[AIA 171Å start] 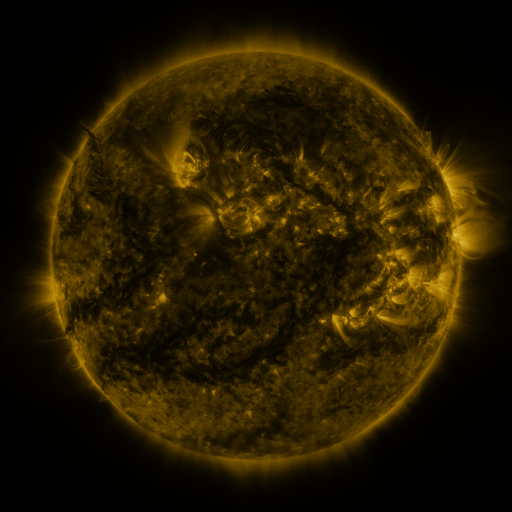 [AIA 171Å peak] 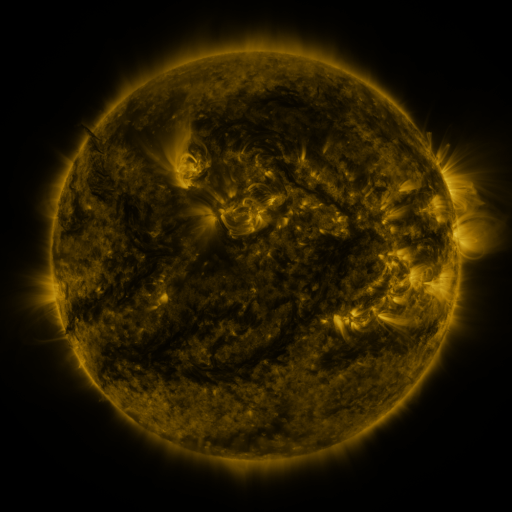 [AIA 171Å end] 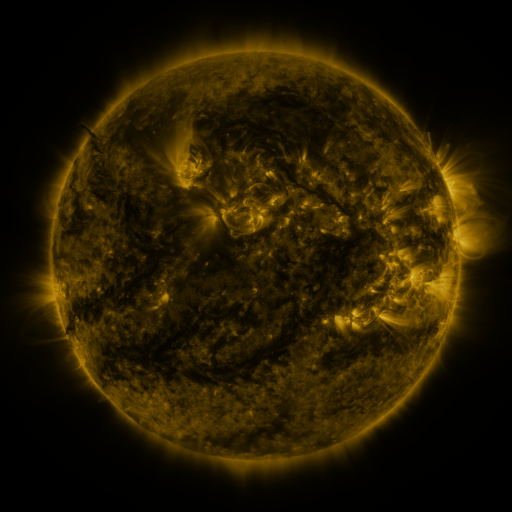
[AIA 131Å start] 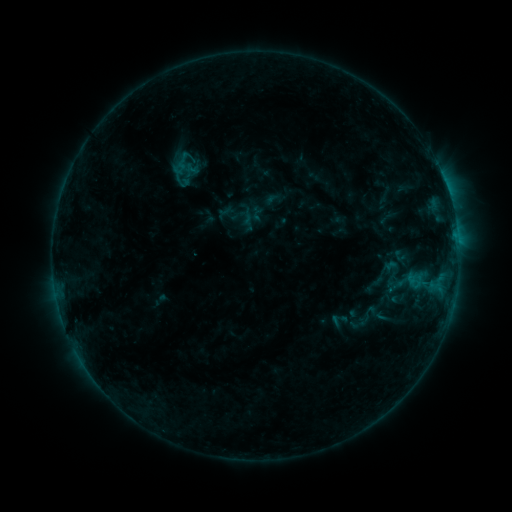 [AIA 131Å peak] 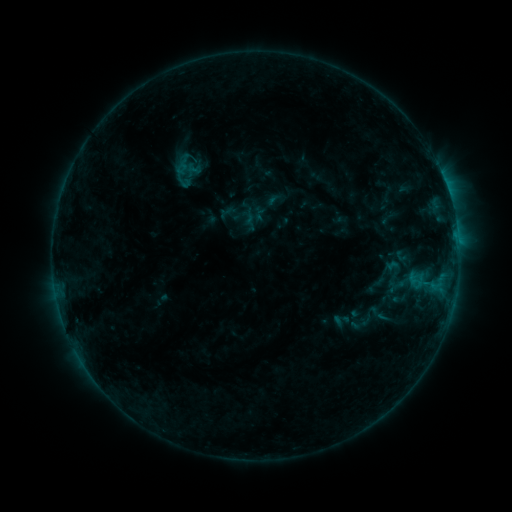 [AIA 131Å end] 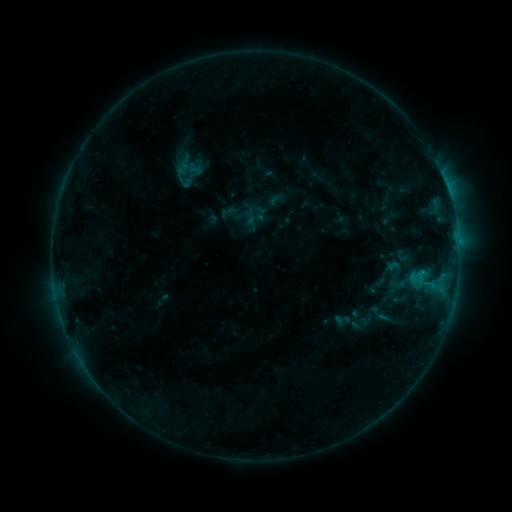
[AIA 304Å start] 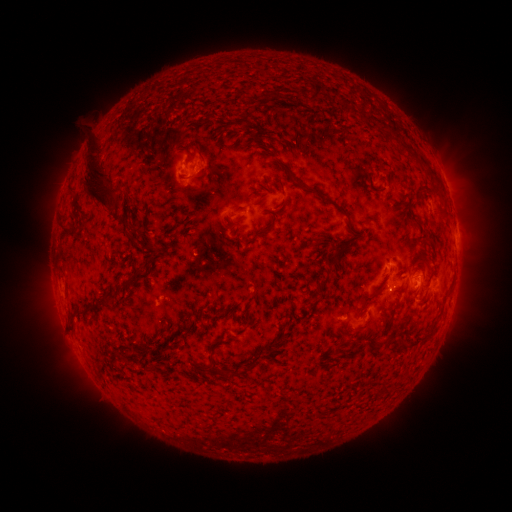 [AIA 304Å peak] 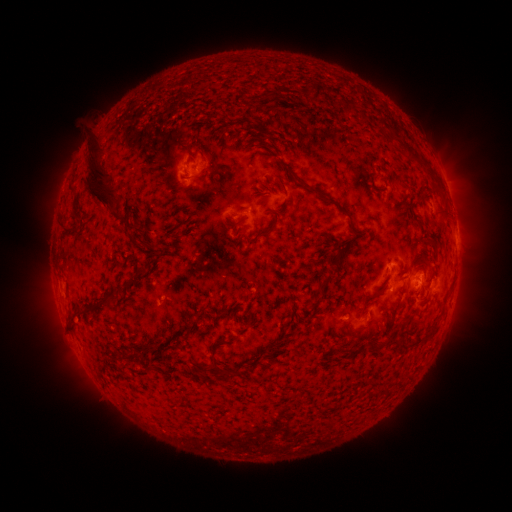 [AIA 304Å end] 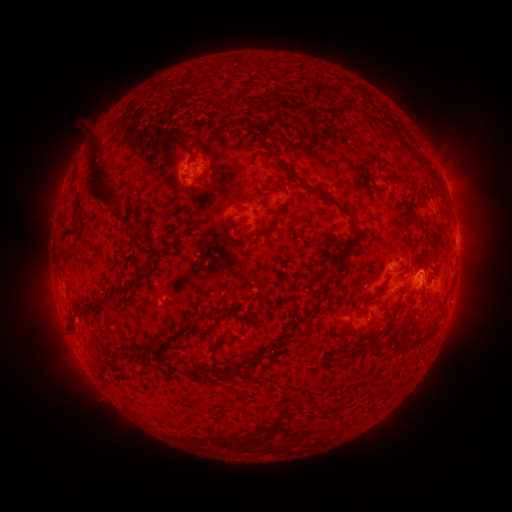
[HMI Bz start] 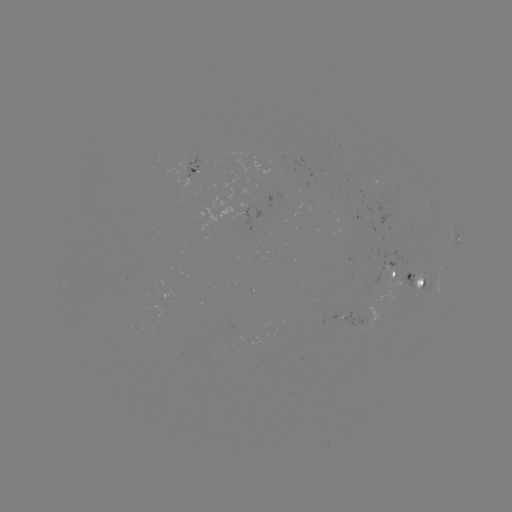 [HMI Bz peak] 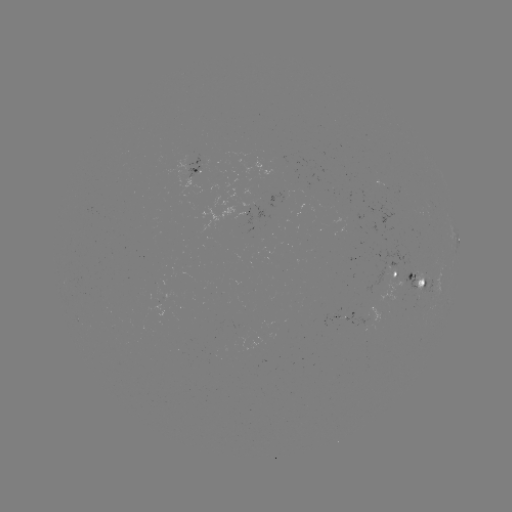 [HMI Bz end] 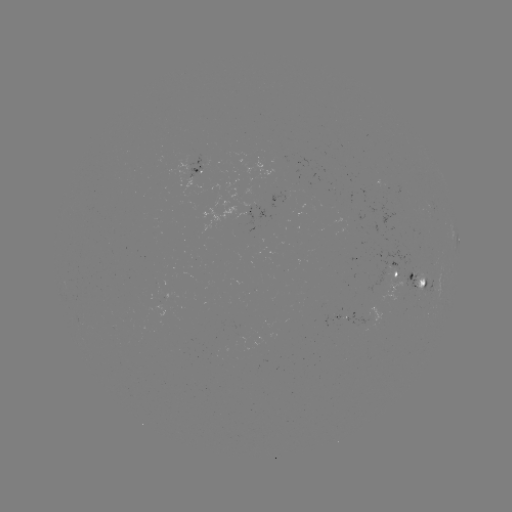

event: emerging-flux region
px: (364, 322)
